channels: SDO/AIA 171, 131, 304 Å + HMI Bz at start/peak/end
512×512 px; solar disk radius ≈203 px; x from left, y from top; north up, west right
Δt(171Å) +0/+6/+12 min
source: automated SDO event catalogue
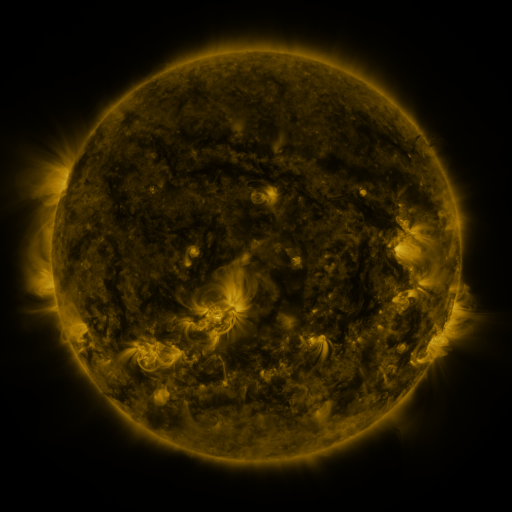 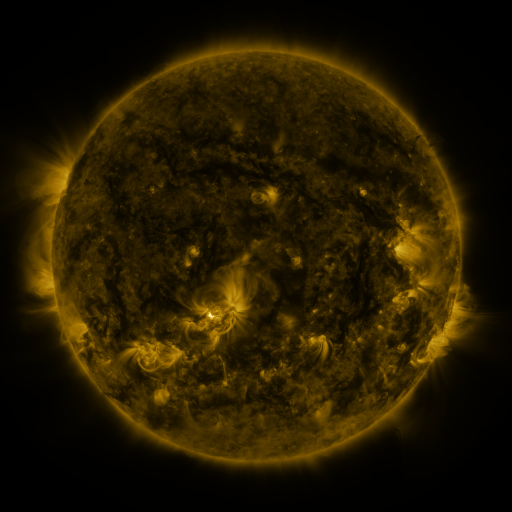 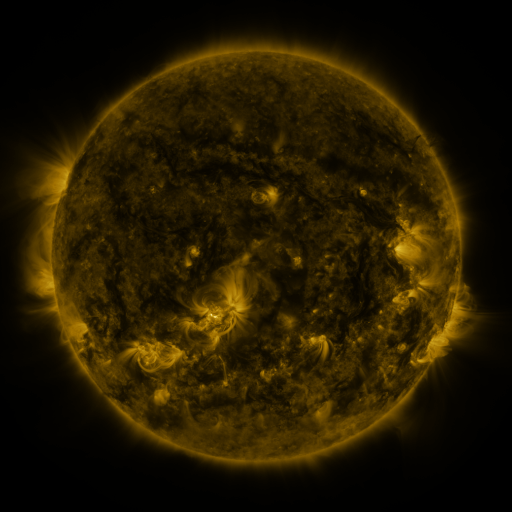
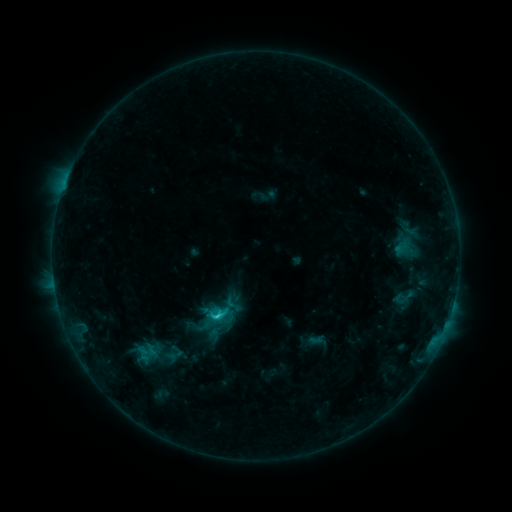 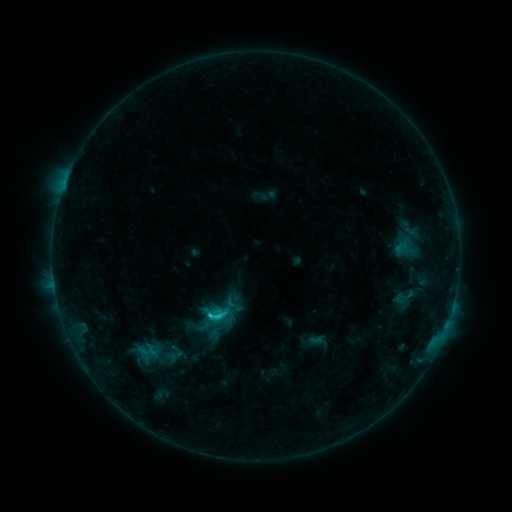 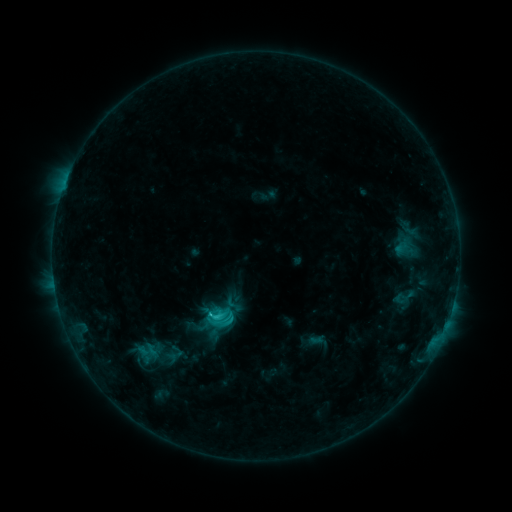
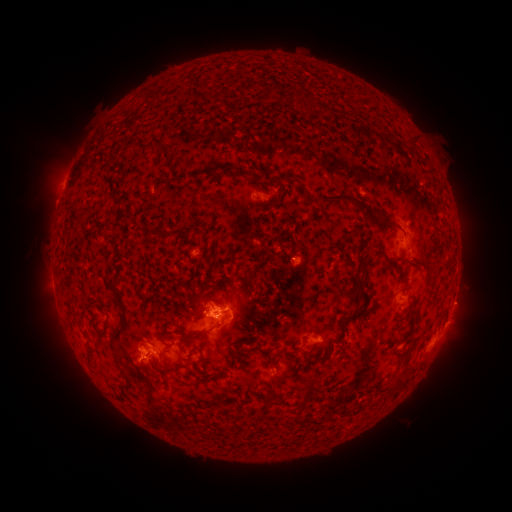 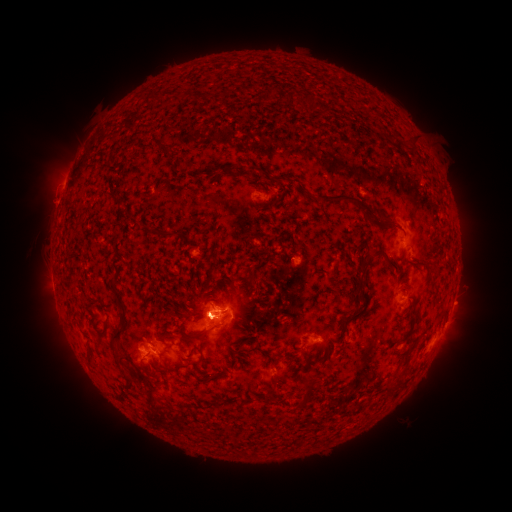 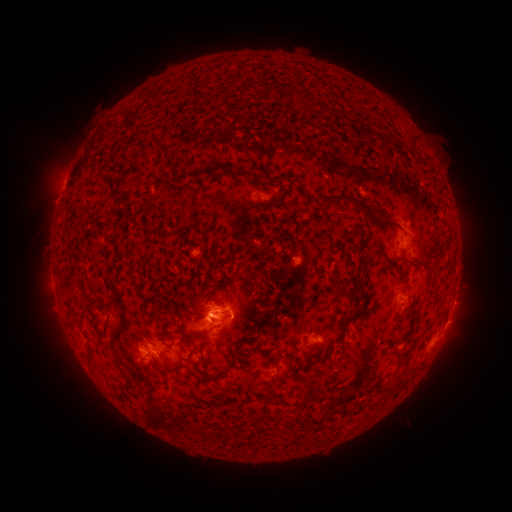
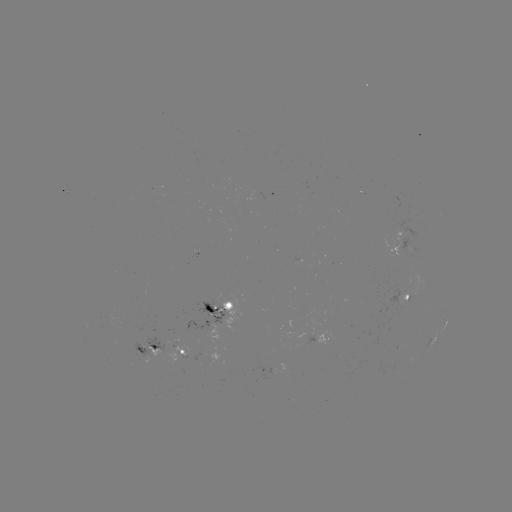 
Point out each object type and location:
C4.0 flare: (210, 315)
